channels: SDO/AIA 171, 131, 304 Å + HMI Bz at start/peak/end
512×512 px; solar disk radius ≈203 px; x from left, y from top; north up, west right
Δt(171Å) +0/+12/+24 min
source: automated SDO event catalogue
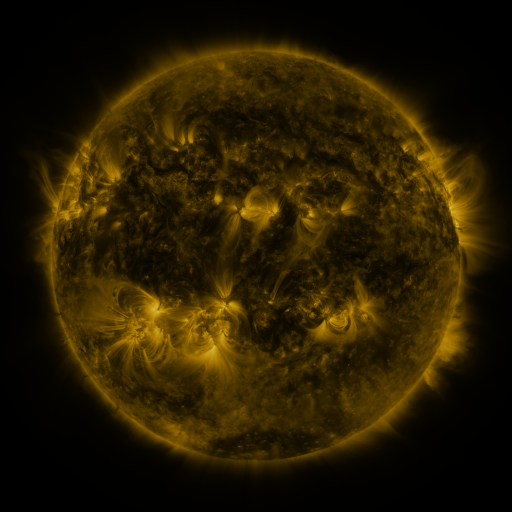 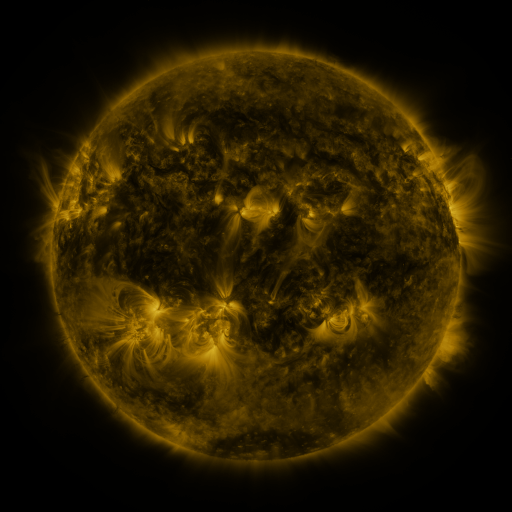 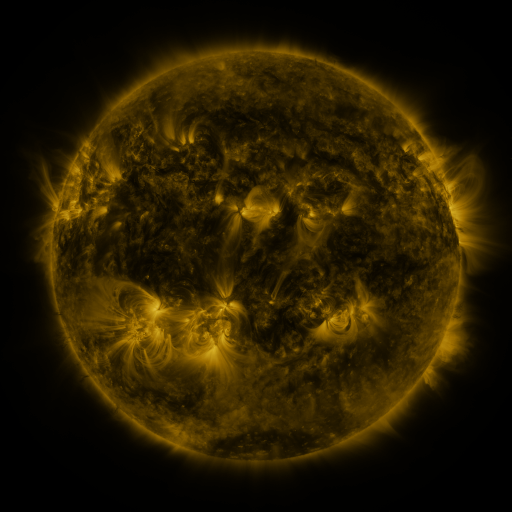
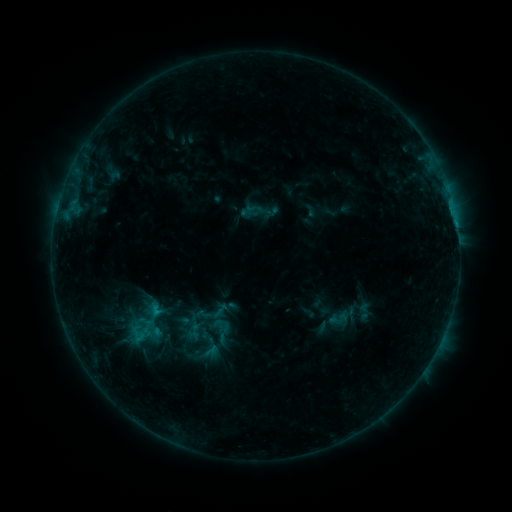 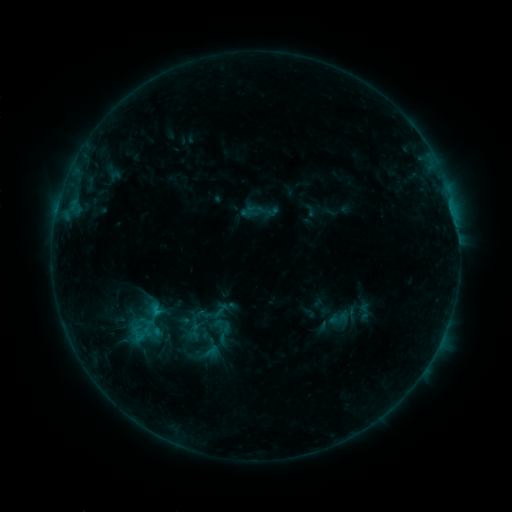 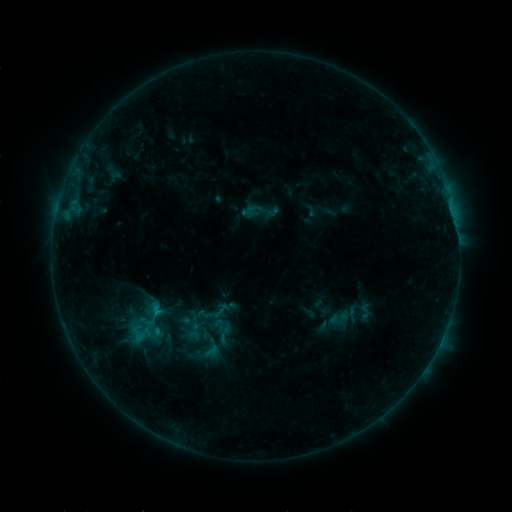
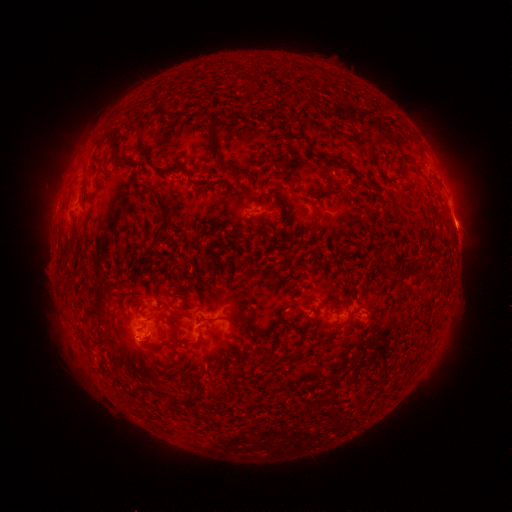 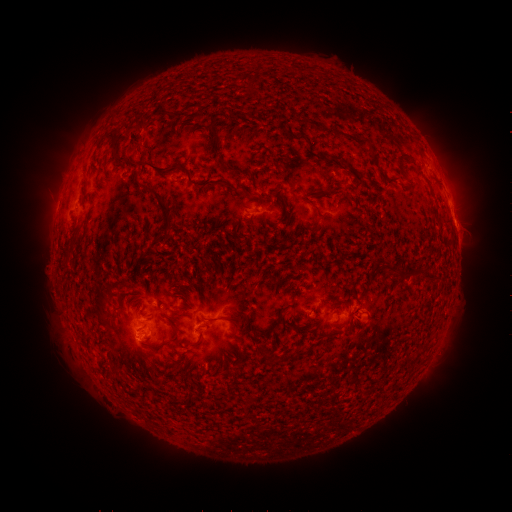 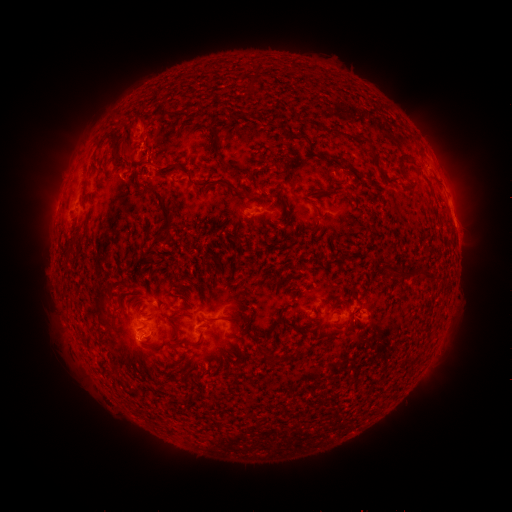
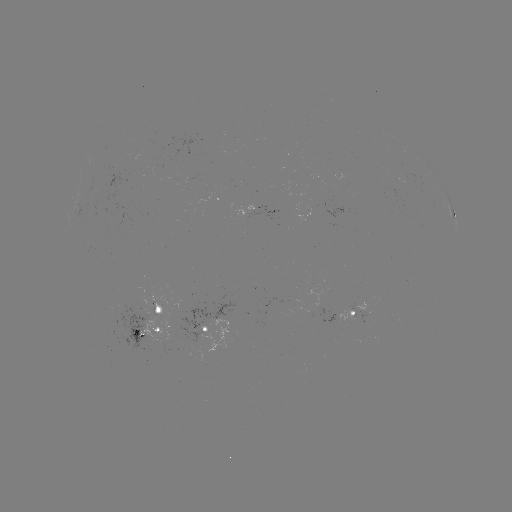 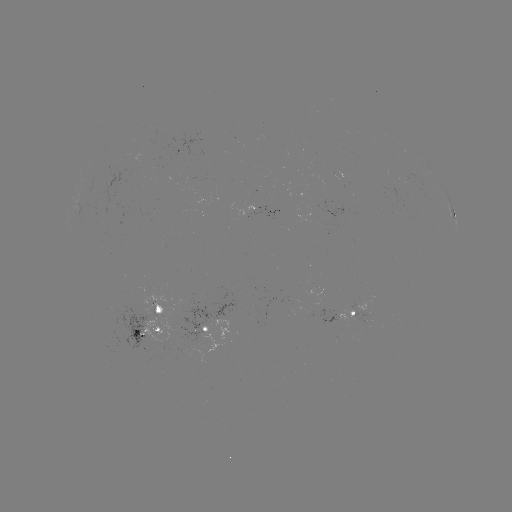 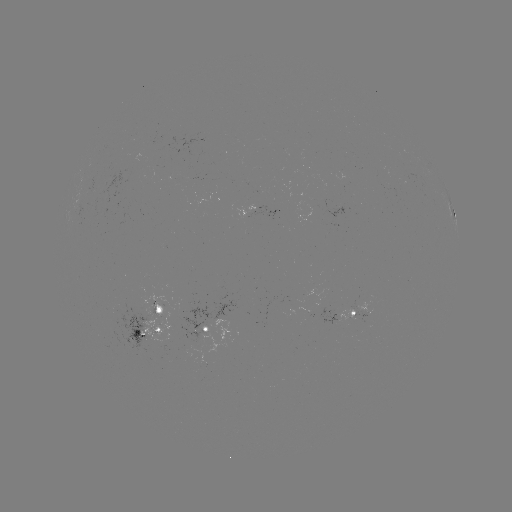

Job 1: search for eruption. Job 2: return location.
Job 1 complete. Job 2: [137, 145].